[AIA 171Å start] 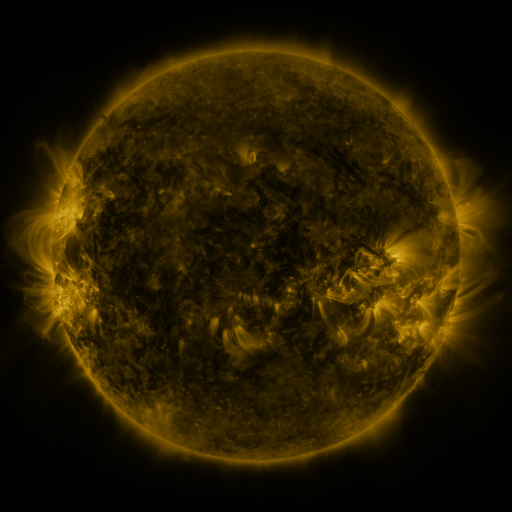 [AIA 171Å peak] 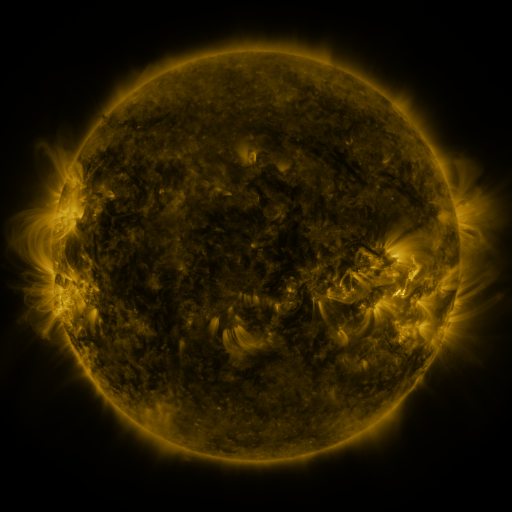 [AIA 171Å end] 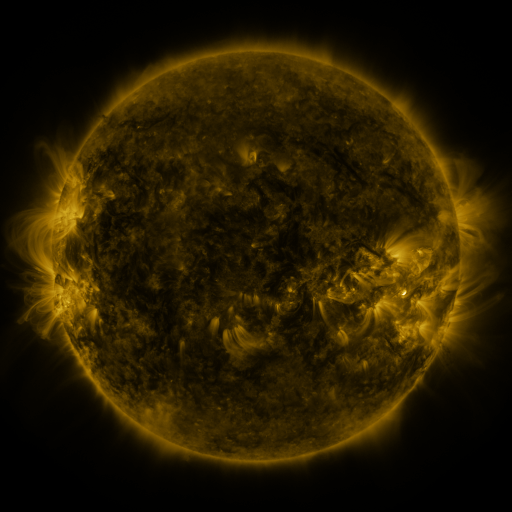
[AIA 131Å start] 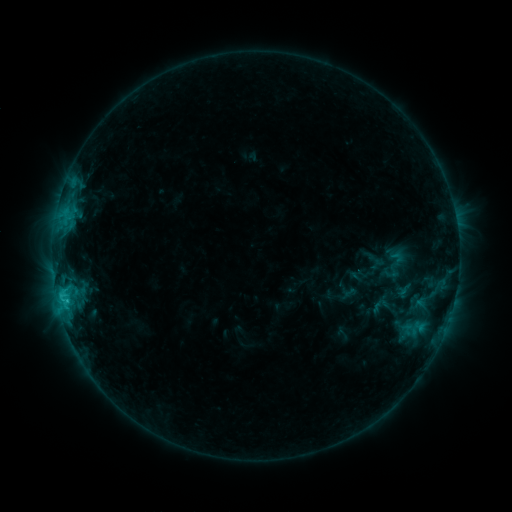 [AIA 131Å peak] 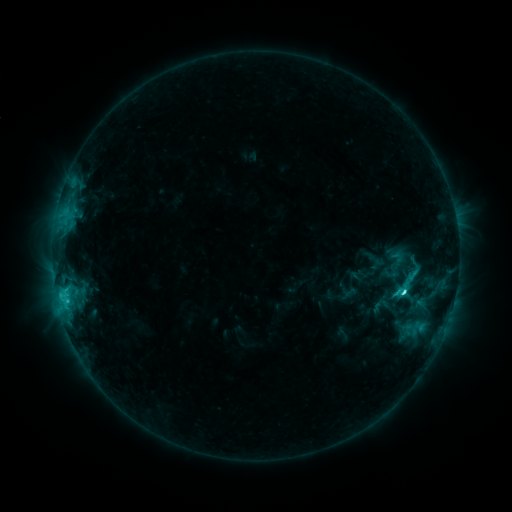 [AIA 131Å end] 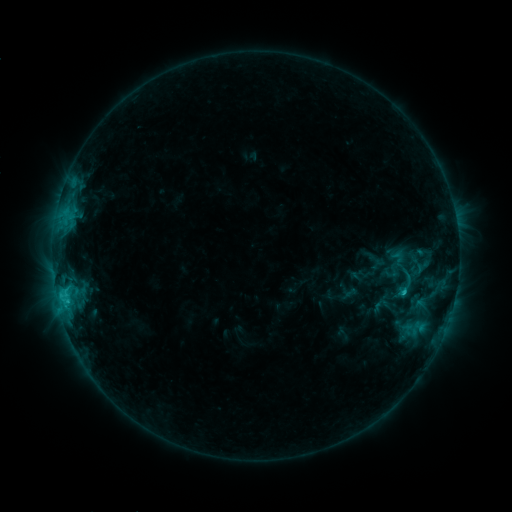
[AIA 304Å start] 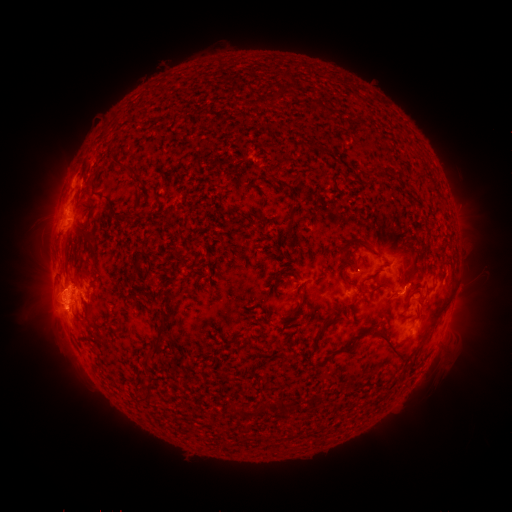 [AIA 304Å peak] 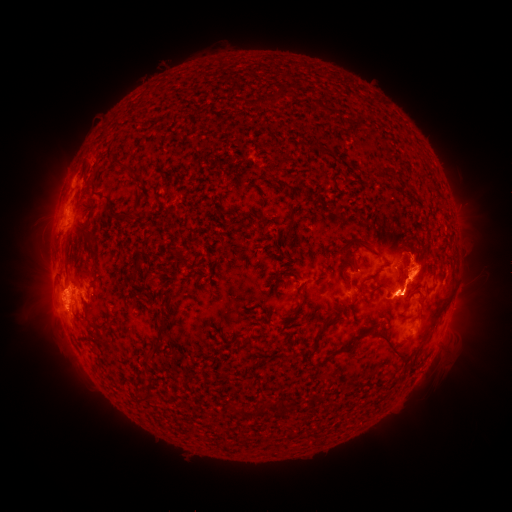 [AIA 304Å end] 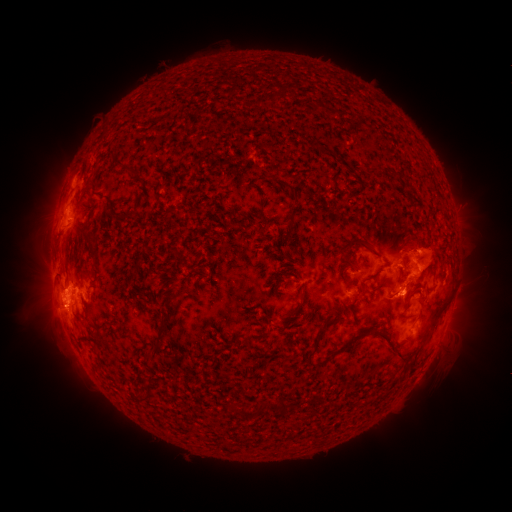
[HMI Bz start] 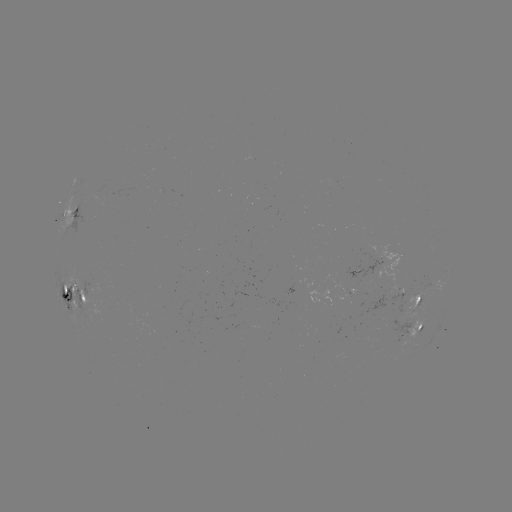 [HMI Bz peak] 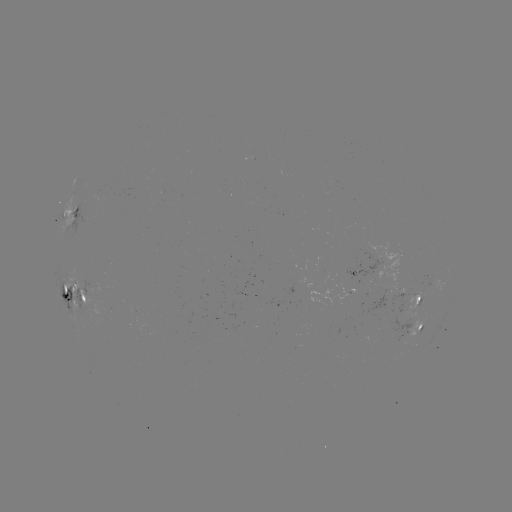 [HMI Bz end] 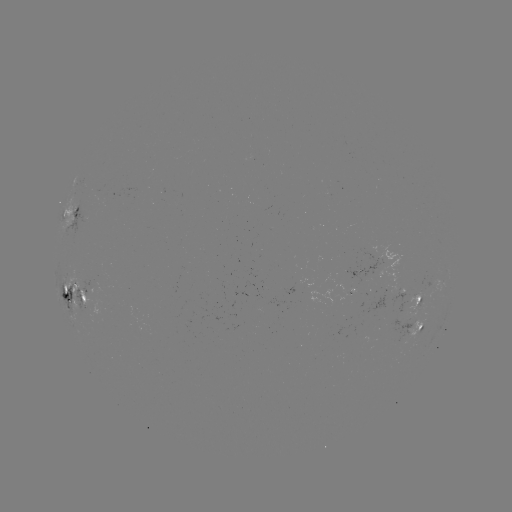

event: eruption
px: (426, 267)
